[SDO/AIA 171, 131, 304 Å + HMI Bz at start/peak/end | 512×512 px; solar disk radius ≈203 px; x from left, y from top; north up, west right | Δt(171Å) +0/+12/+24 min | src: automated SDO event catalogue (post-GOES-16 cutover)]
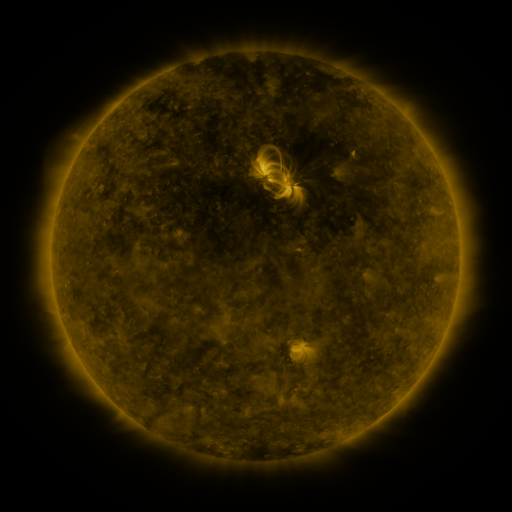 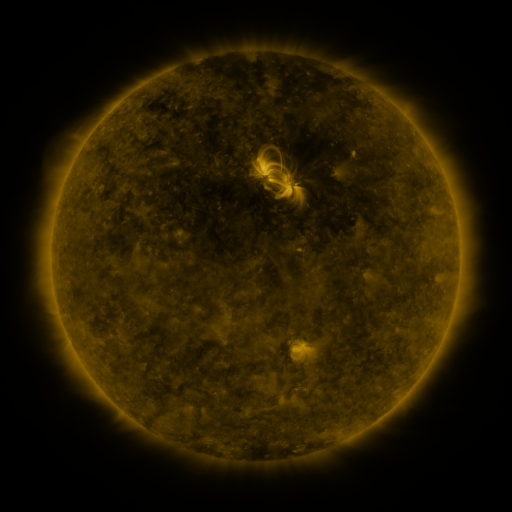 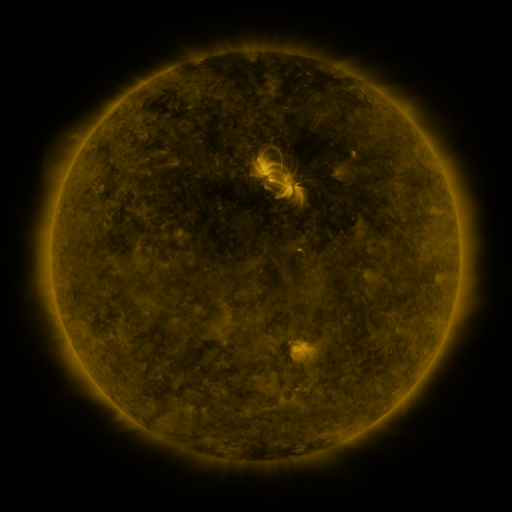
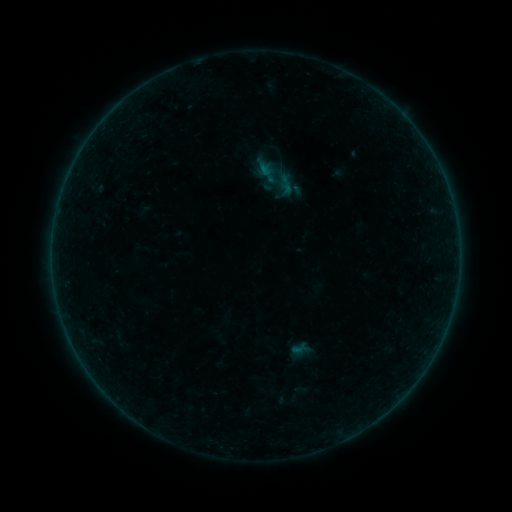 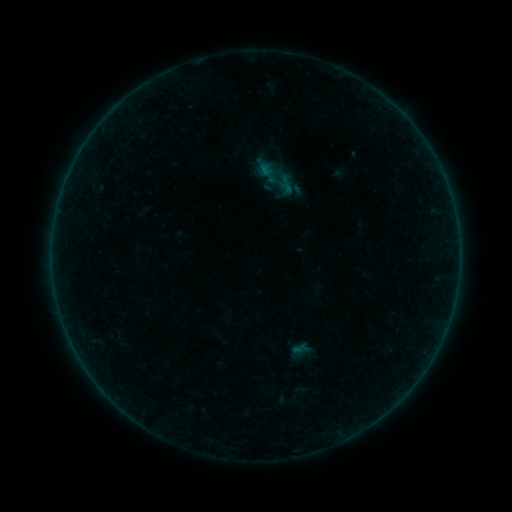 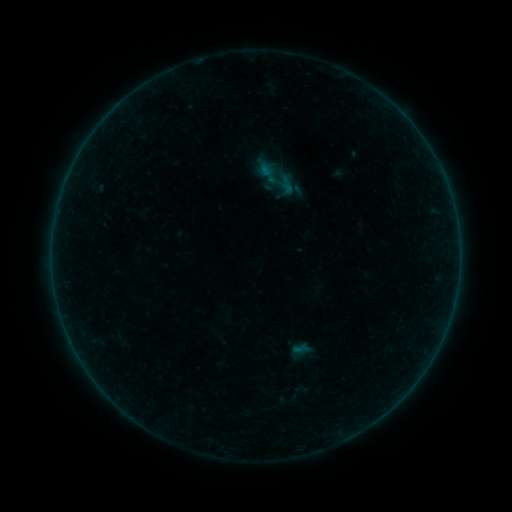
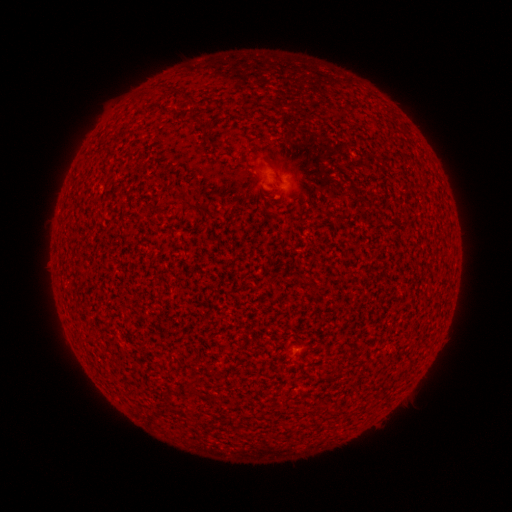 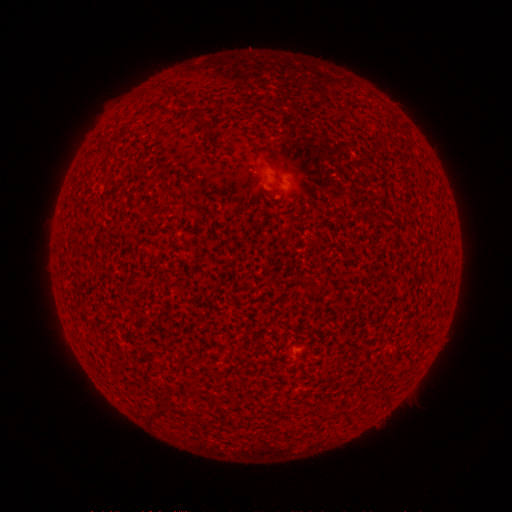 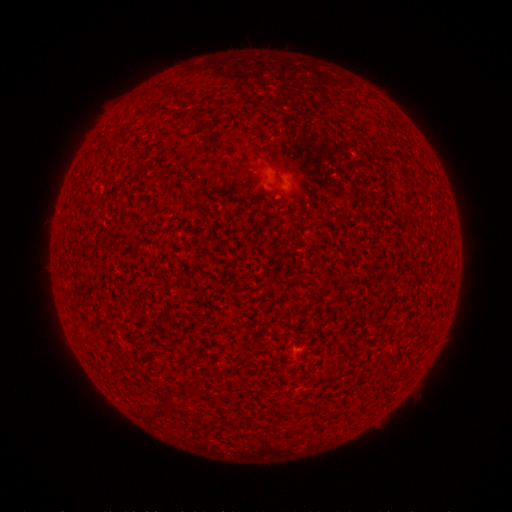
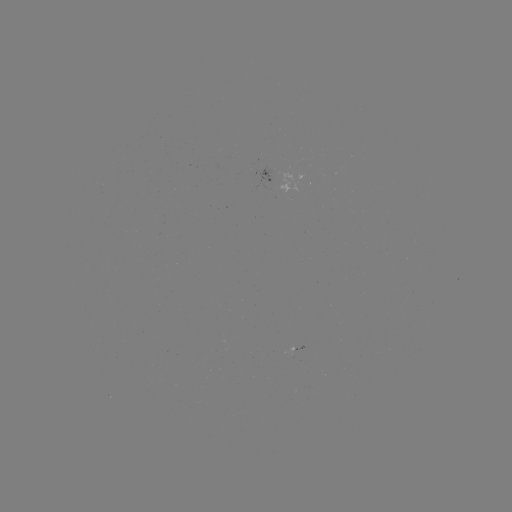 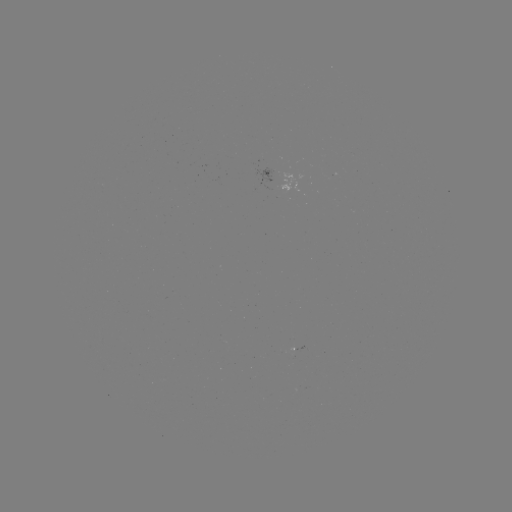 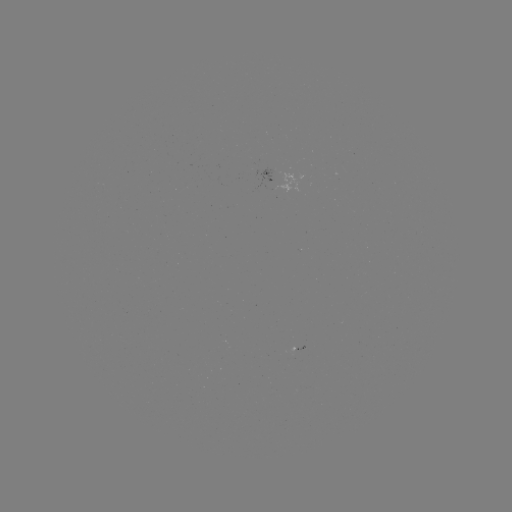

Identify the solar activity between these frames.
no catalogued flare and no flagged EUV brightening in this window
